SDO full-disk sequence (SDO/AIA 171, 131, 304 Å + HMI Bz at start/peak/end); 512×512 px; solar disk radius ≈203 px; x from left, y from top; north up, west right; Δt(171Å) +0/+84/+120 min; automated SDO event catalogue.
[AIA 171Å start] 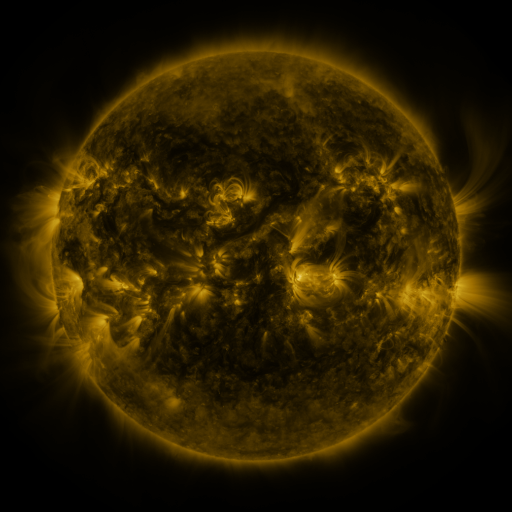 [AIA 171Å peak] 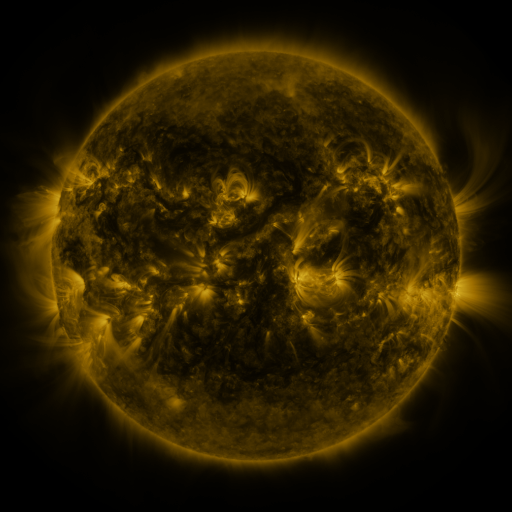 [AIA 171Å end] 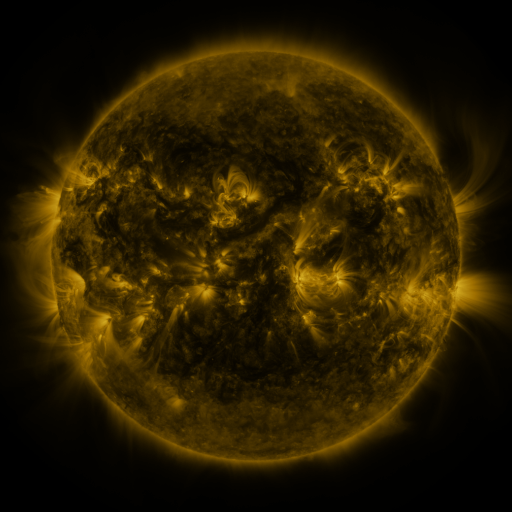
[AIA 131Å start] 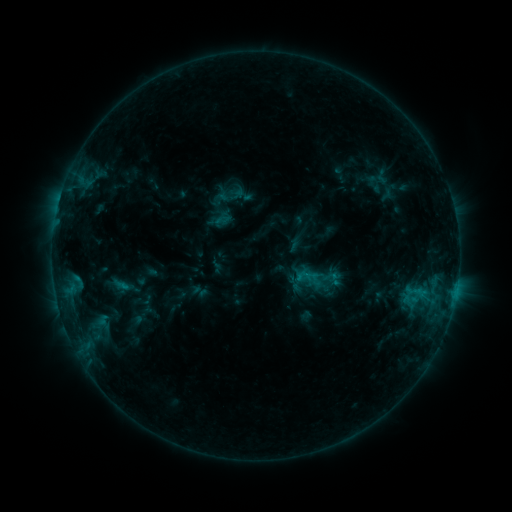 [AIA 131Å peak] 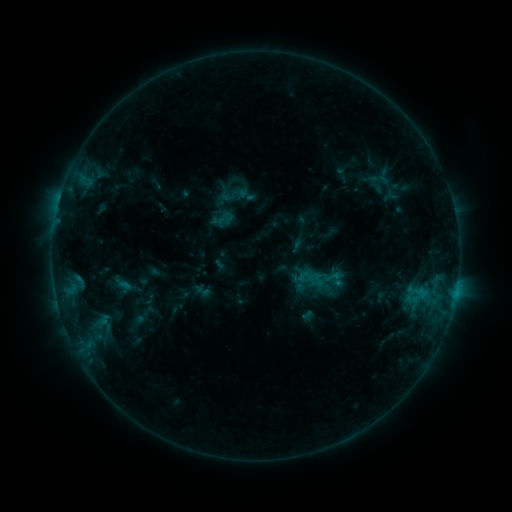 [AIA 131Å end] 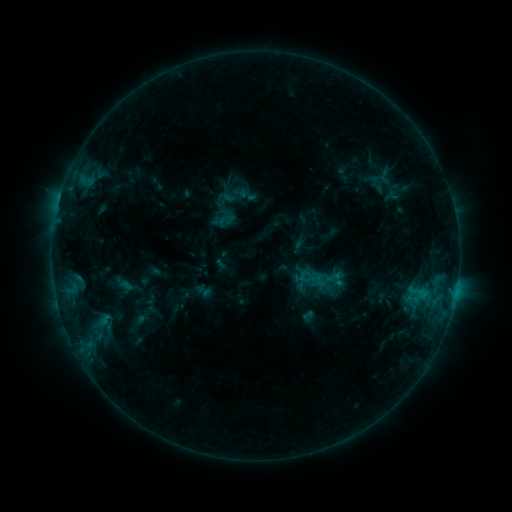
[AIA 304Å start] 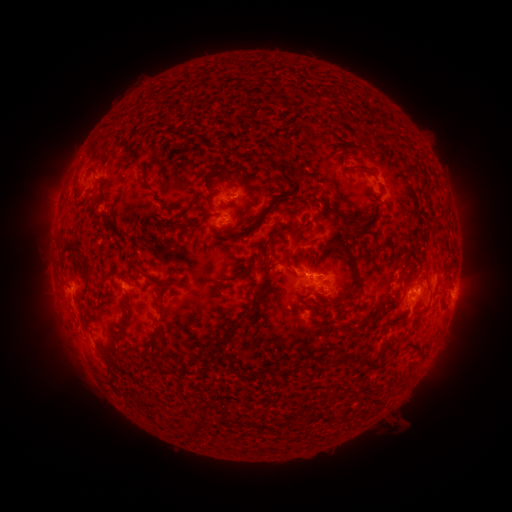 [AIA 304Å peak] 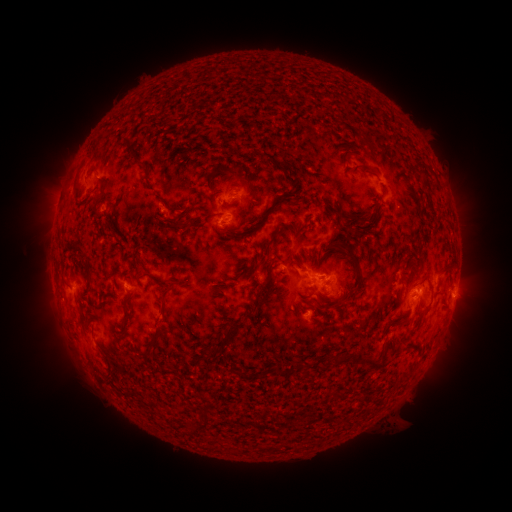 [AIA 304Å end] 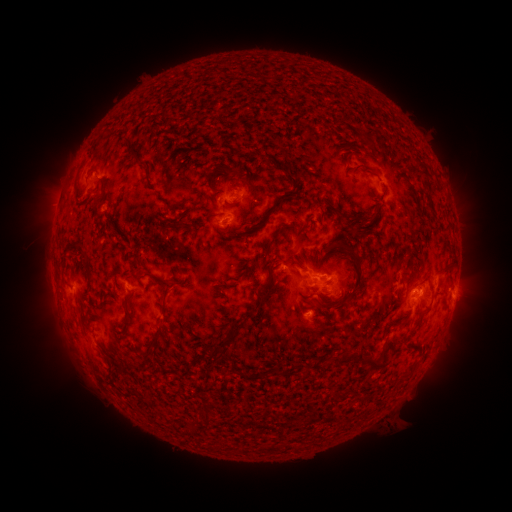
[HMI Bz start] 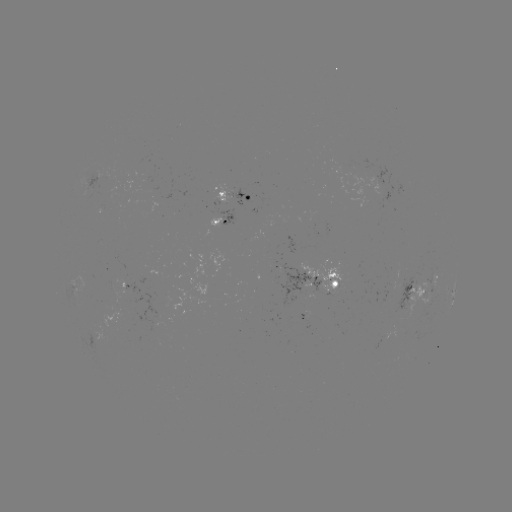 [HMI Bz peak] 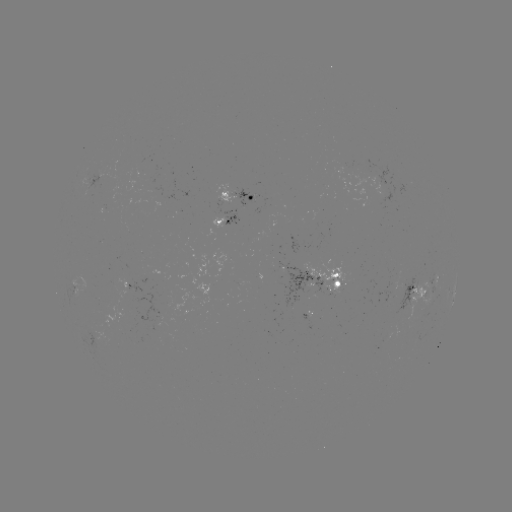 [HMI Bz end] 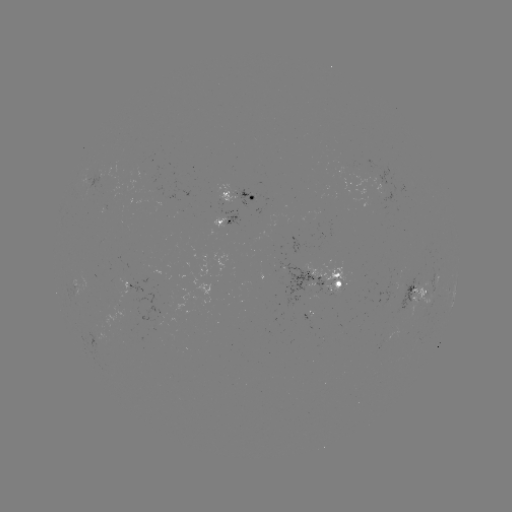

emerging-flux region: [149, 320, 167, 326]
